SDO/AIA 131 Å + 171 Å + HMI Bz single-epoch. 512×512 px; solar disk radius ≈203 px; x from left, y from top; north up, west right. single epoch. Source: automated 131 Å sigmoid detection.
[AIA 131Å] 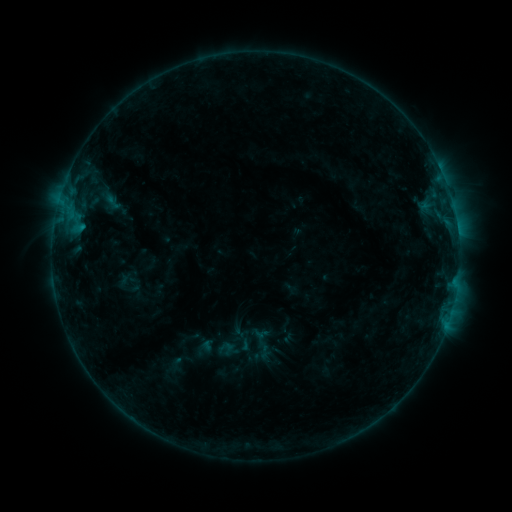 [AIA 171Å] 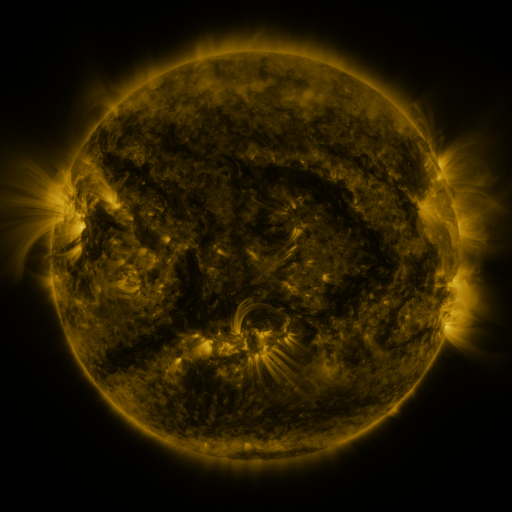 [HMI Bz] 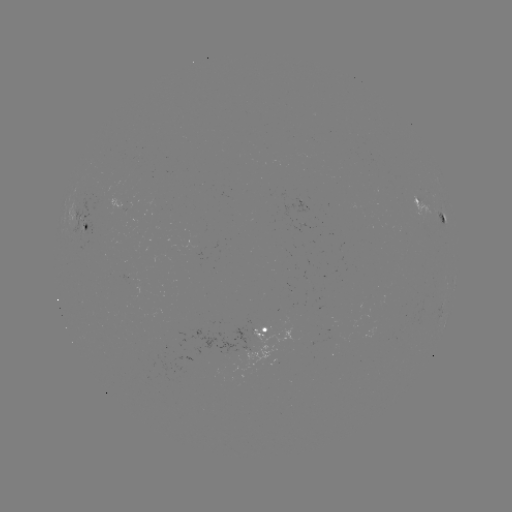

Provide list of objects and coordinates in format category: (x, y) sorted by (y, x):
sigmoid: (111, 203)
